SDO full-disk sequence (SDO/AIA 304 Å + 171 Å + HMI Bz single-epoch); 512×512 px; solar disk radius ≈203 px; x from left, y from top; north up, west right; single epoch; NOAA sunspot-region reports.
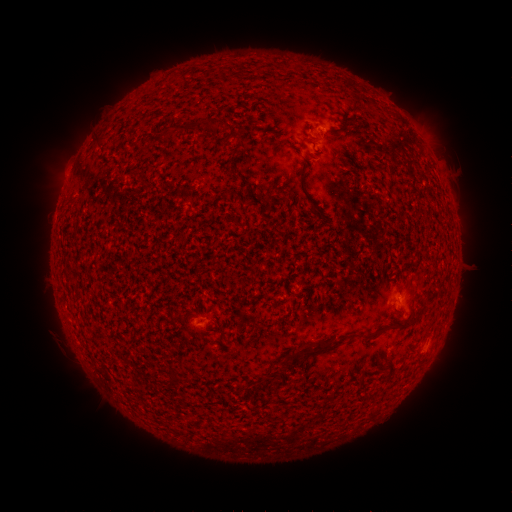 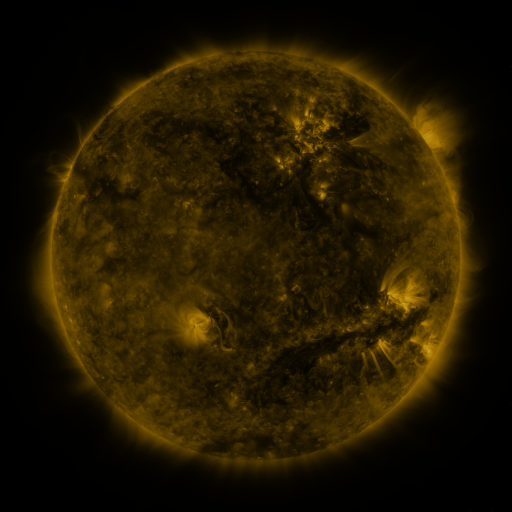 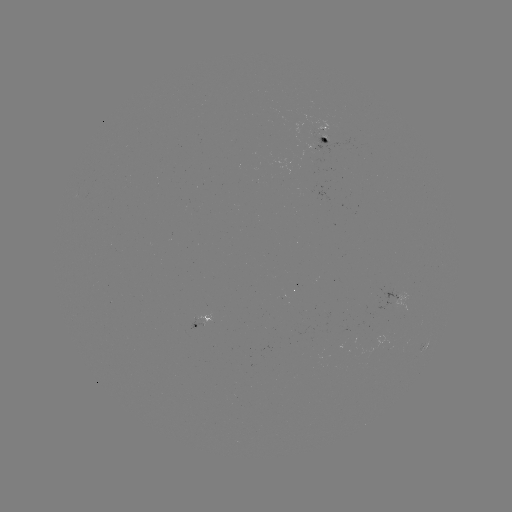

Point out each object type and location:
spotted active region: (325, 134)
spotted active region: (395, 296)
spotted active region: (203, 320)
spotted active region: (430, 344)
